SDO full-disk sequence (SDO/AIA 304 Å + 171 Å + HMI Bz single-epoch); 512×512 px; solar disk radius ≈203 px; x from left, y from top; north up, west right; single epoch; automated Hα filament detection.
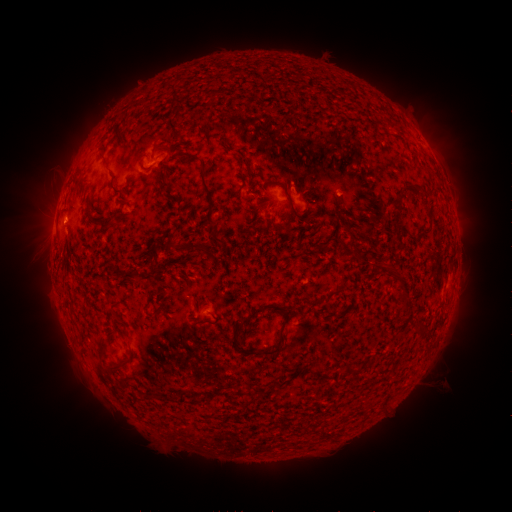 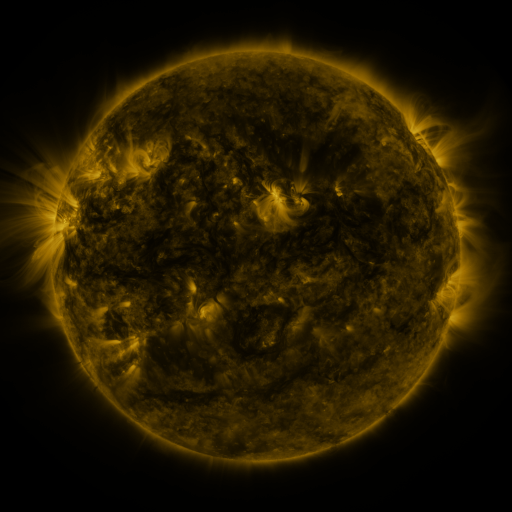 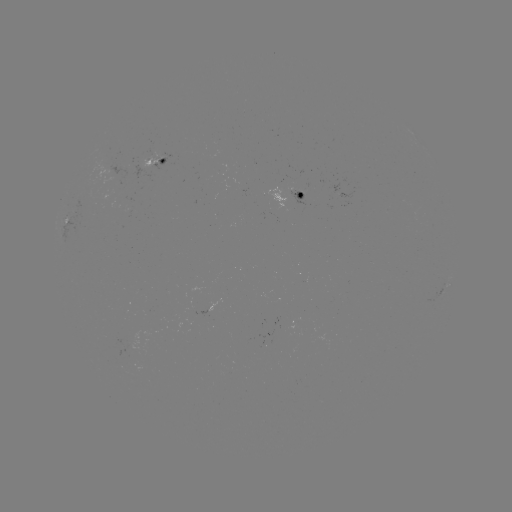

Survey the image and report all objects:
filament: (171, 129)
filament: (228, 145)
filament: (104, 162)
filament: (140, 162)
filament: (78, 183)
filament: (407, 184)
filament: (113, 190)
filament: (425, 192)
filament: (287, 195)
filament: (209, 198)
filament: (395, 206)
filament: (89, 214)
filament: (395, 222)
filament: (306, 225)
filament: (103, 227)
filament: (326, 246)
filament: (174, 247)
filament: (355, 249)
filament: (204, 252)
filament: (156, 269)
filament: (404, 293)
filament: (154, 315)
filament: (284, 324)
filament: (105, 367)
filament: (353, 368)
filament: (323, 374)
filament: (154, 397)
